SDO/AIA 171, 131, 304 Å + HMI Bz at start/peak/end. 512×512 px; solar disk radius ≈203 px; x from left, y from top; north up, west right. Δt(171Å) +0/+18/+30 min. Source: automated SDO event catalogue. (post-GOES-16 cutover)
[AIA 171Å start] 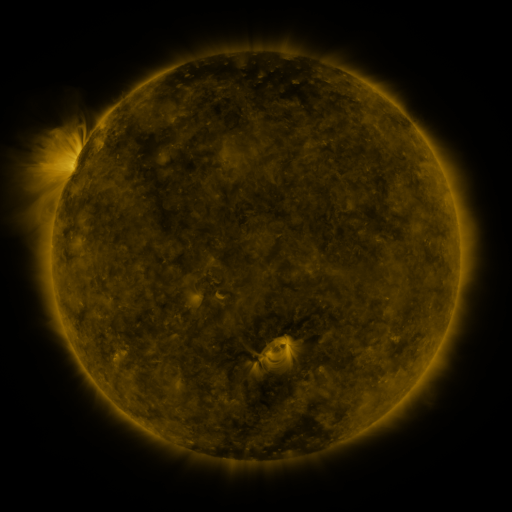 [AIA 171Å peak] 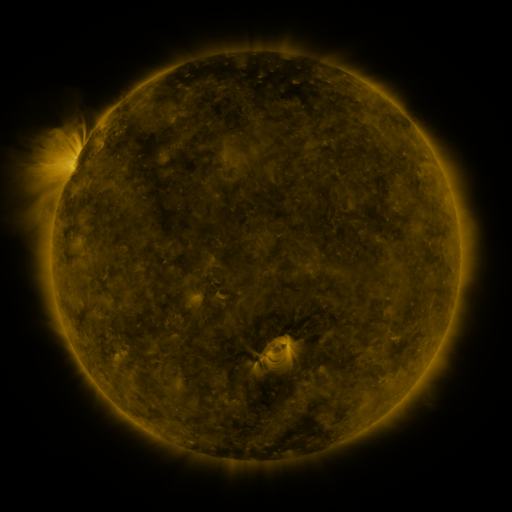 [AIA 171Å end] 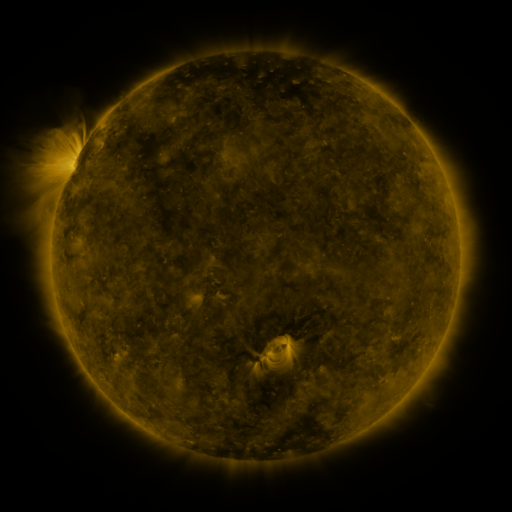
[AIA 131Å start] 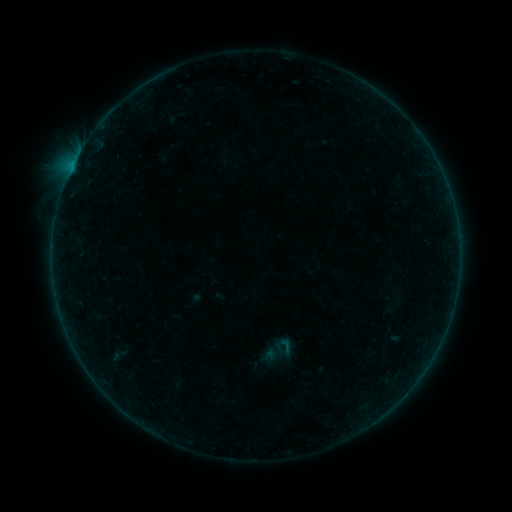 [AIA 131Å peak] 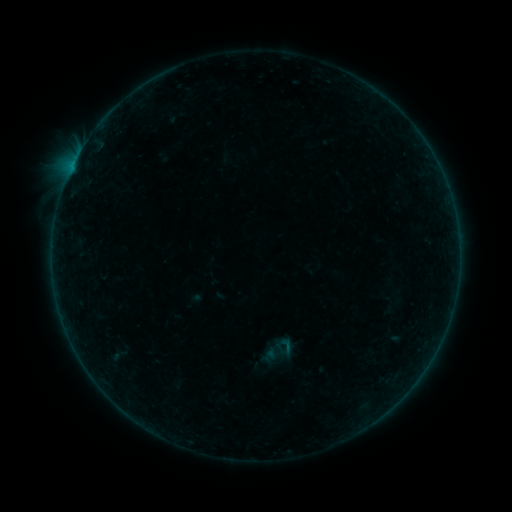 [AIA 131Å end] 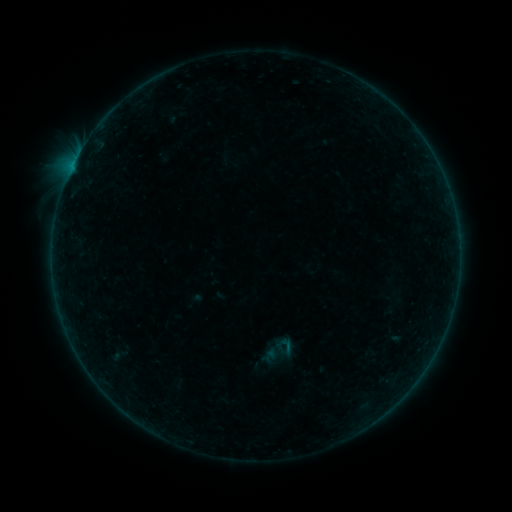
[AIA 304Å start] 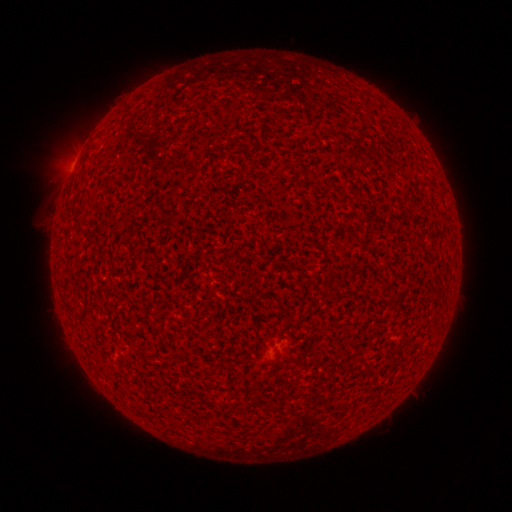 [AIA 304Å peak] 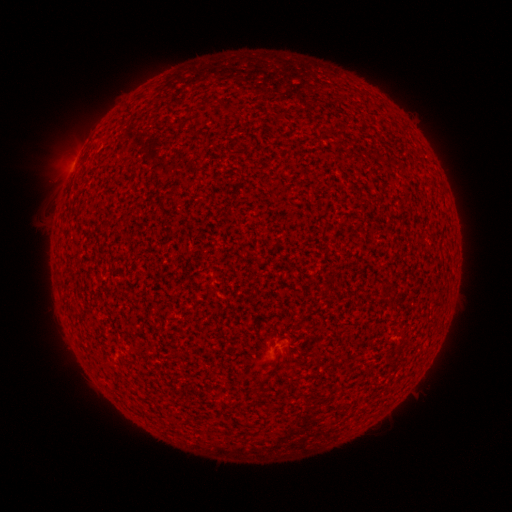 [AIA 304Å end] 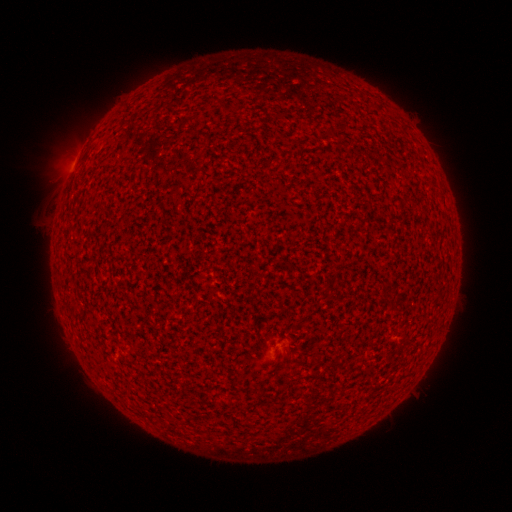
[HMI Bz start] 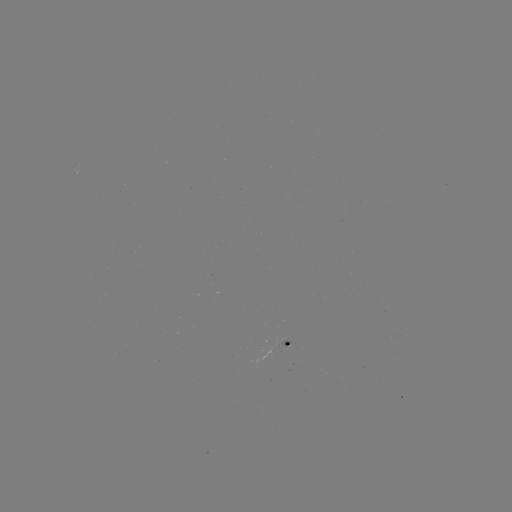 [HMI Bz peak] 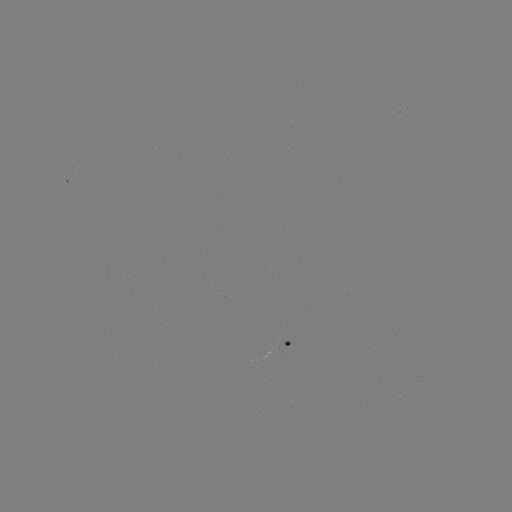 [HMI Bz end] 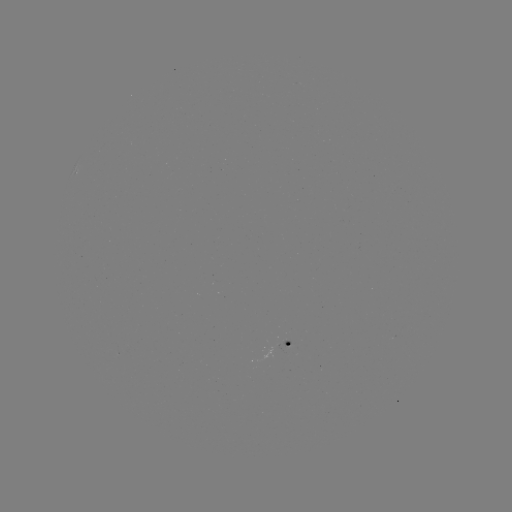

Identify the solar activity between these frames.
nothing was catalogued: no classed flare, no EUV trigger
